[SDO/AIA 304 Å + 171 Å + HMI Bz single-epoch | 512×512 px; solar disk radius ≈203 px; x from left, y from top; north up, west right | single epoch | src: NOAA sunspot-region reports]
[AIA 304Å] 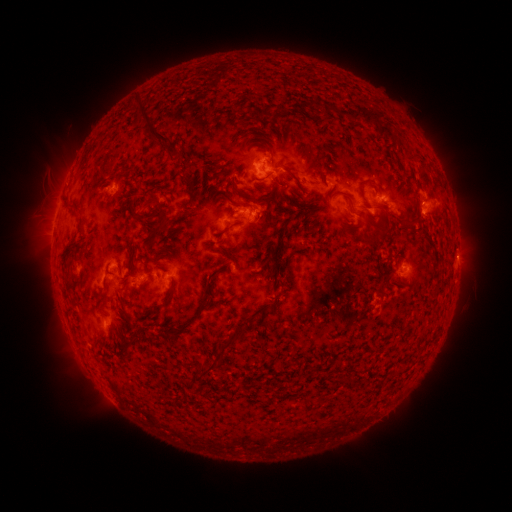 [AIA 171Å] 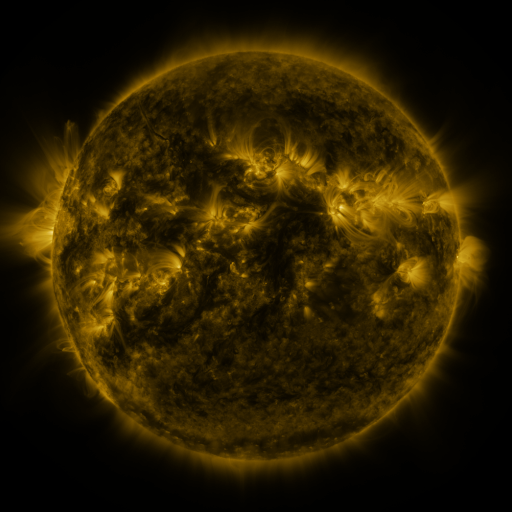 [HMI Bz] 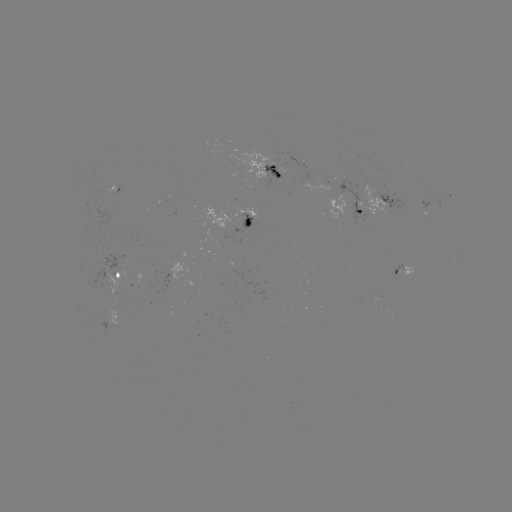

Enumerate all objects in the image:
spotted active region: (269, 172)
spotted active region: (431, 201)
spotted active region: (373, 202)
spotted active region: (234, 219)
spotted active region: (458, 257)
spotted active region: (405, 271)
spotted active region: (116, 274)
